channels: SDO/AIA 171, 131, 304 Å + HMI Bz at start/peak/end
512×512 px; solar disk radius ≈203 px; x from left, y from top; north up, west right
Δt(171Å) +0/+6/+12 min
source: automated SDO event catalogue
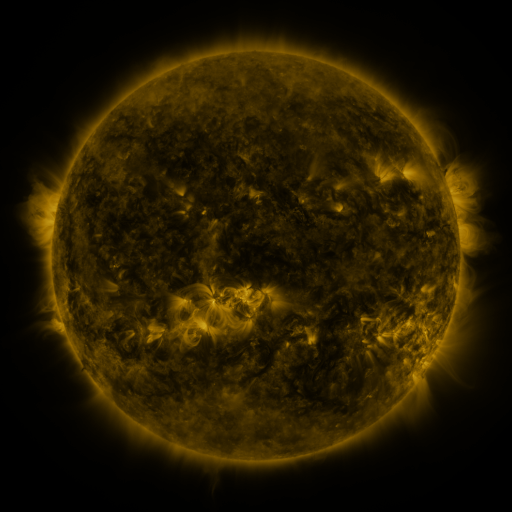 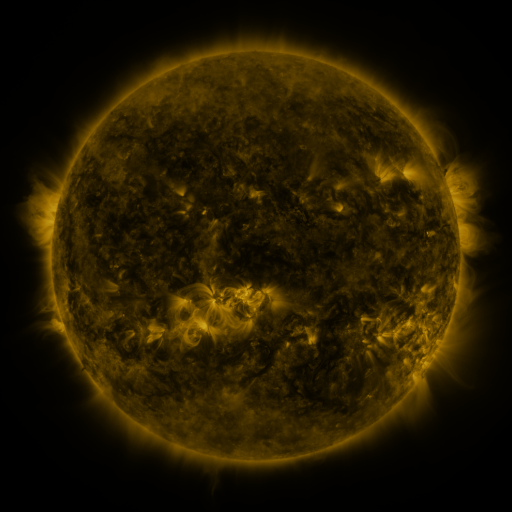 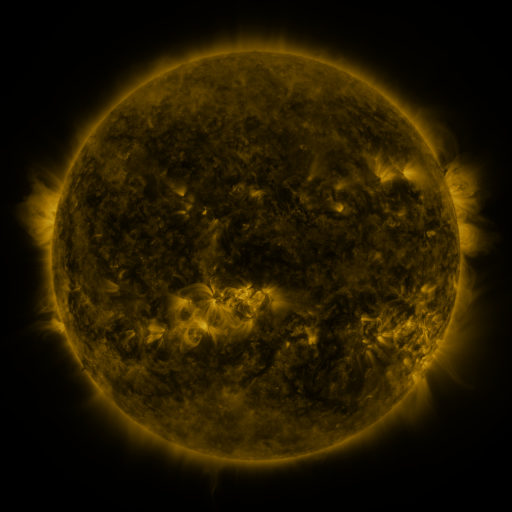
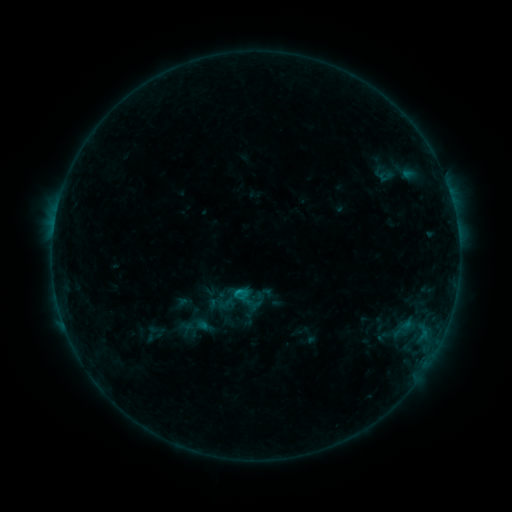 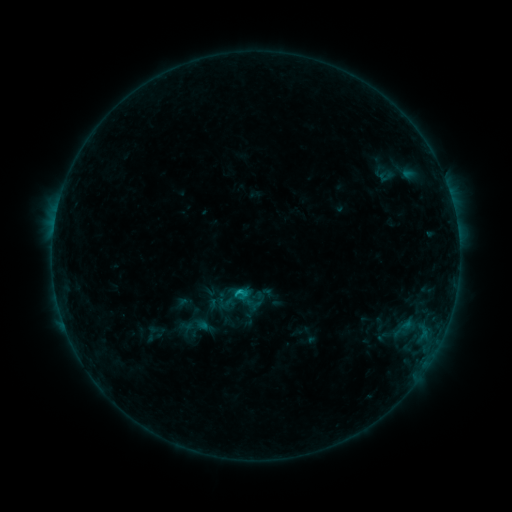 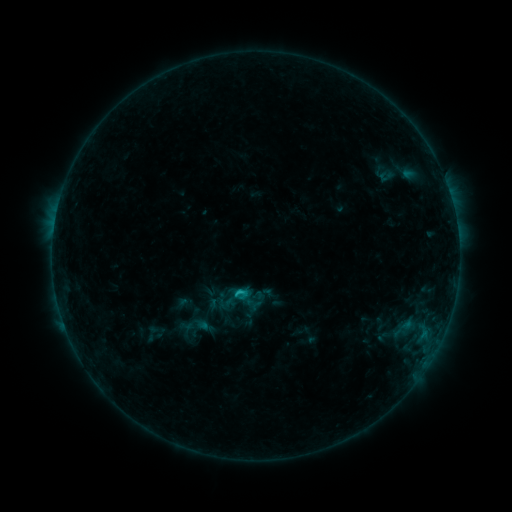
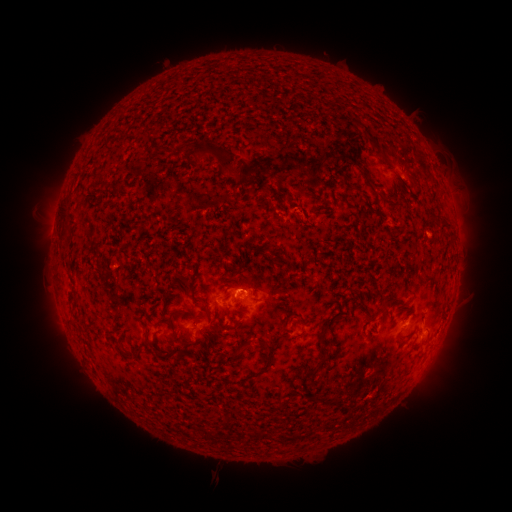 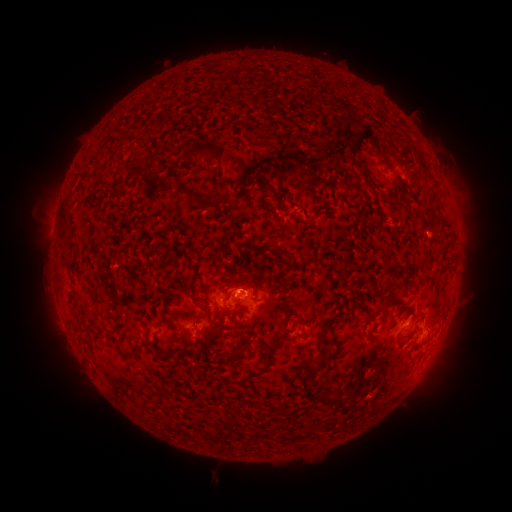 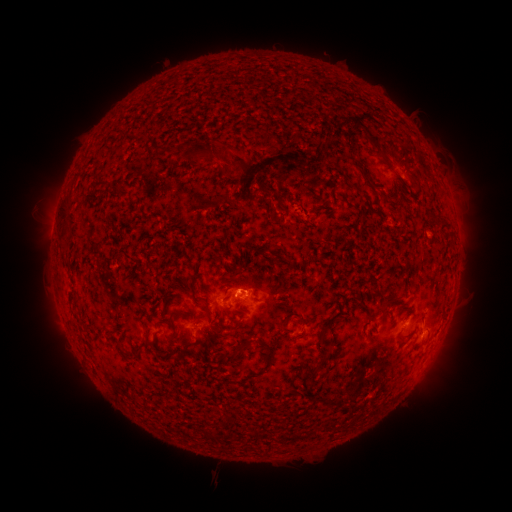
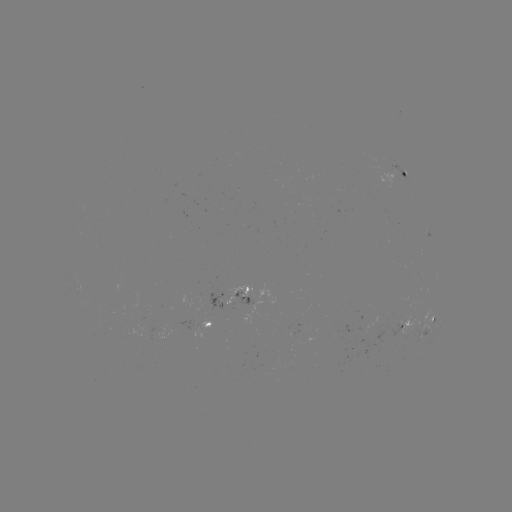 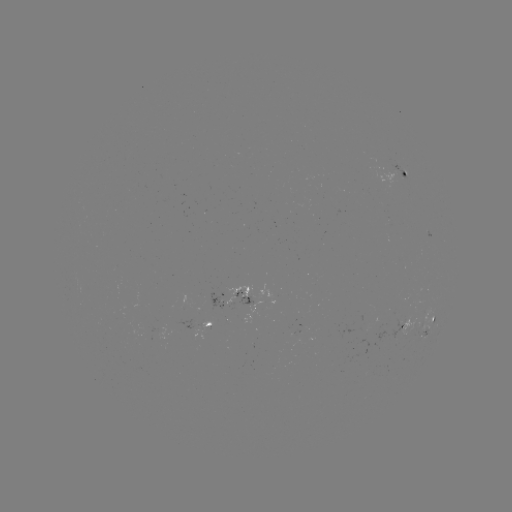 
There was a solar flare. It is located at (241, 290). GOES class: B7.6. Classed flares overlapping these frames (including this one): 1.